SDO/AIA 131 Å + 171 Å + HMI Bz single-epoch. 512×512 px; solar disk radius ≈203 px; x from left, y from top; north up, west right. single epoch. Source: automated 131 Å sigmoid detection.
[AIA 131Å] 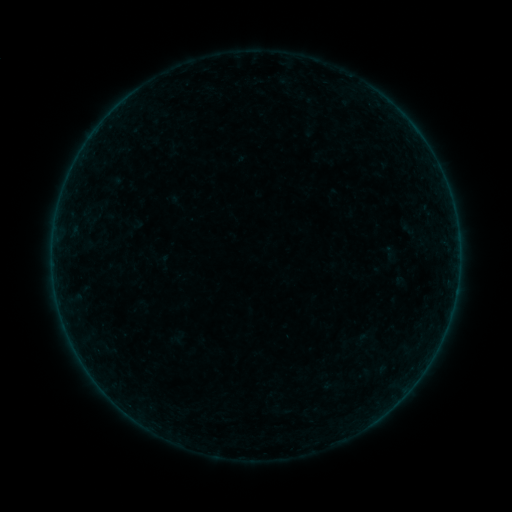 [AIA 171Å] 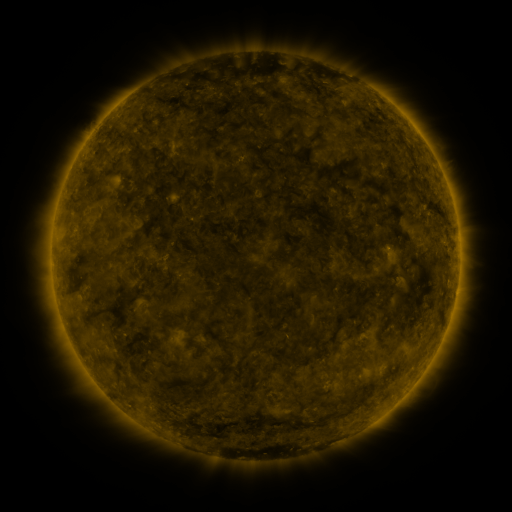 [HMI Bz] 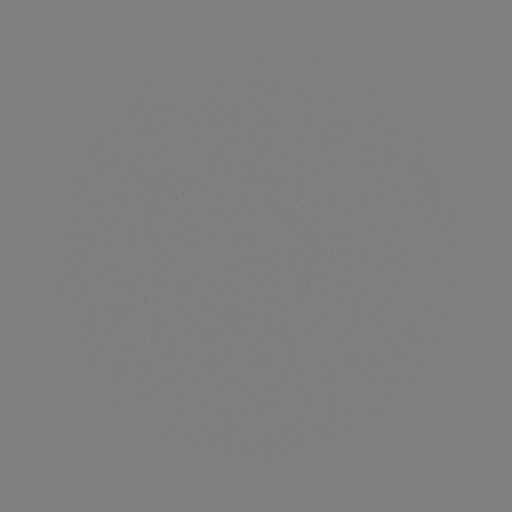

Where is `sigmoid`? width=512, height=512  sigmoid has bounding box [381, 244, 398, 260].